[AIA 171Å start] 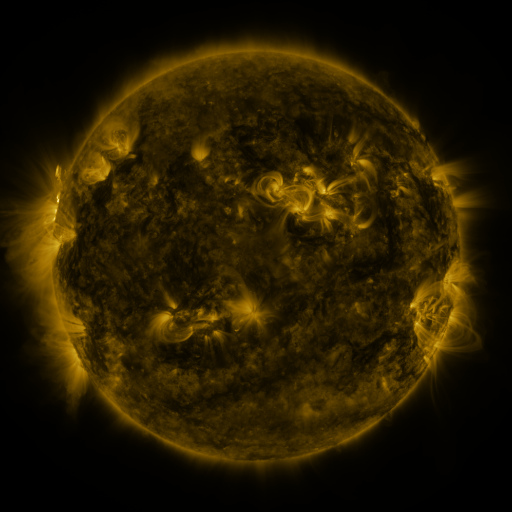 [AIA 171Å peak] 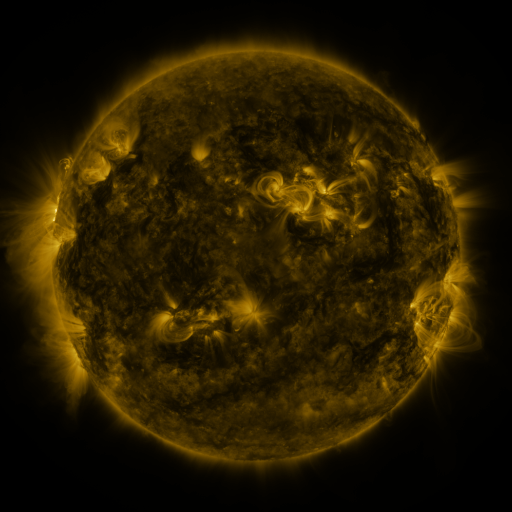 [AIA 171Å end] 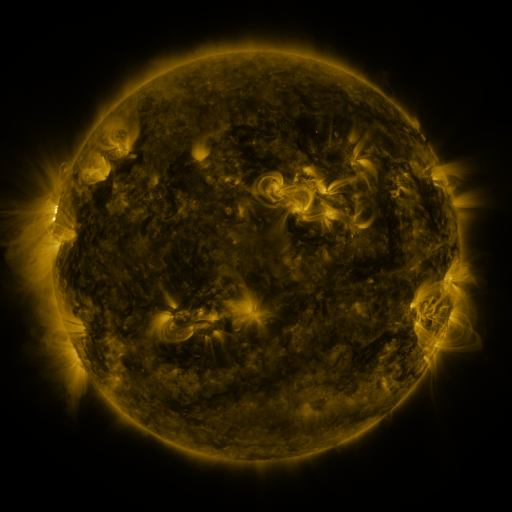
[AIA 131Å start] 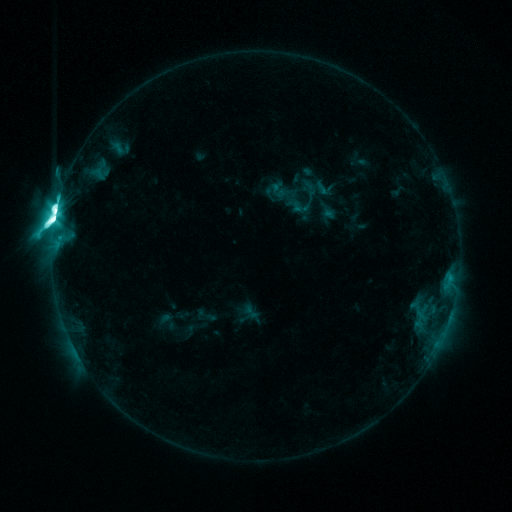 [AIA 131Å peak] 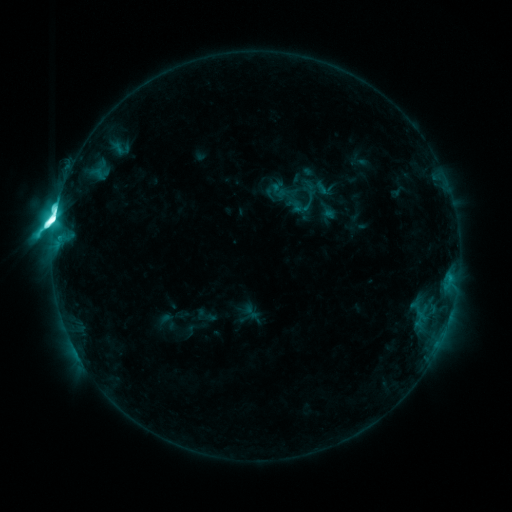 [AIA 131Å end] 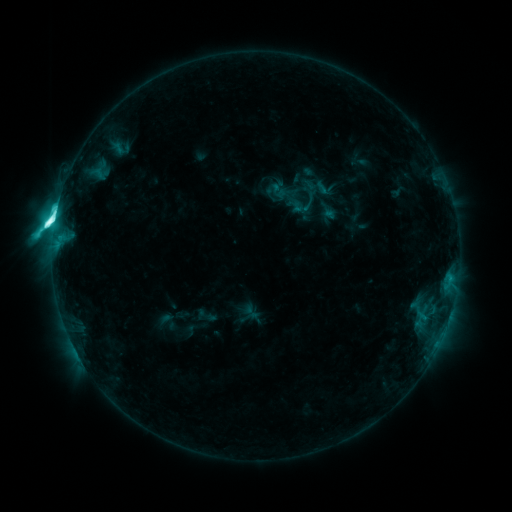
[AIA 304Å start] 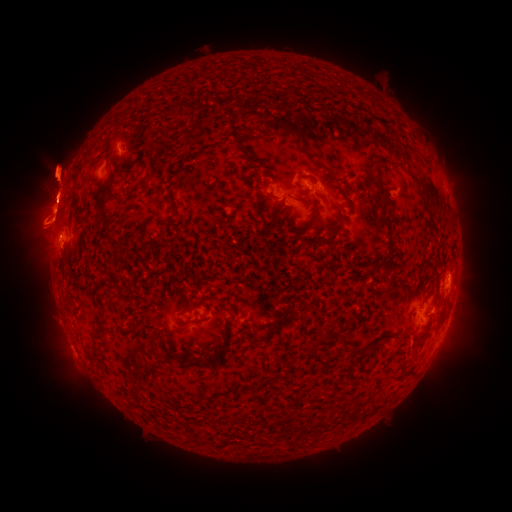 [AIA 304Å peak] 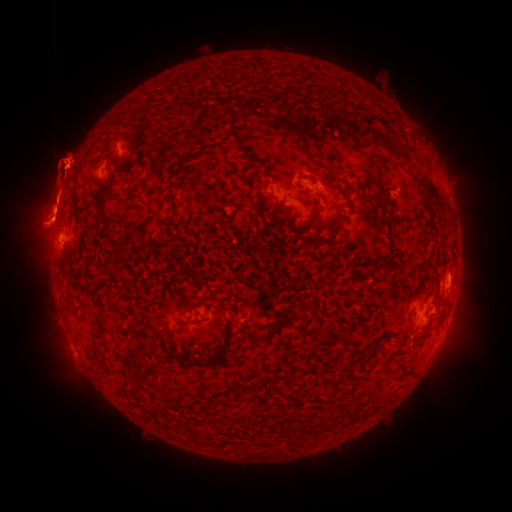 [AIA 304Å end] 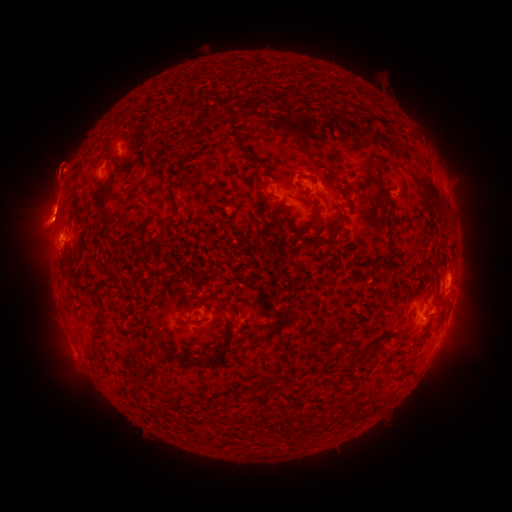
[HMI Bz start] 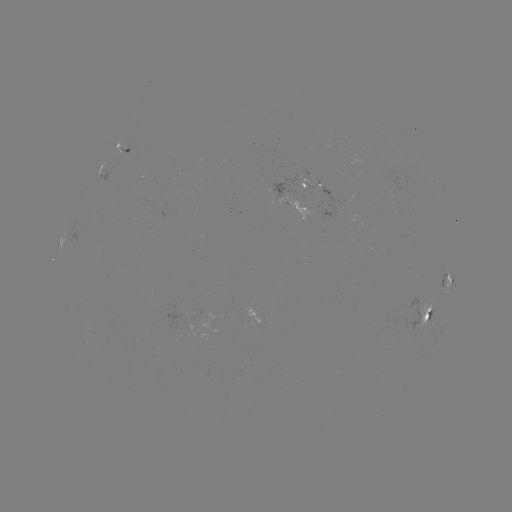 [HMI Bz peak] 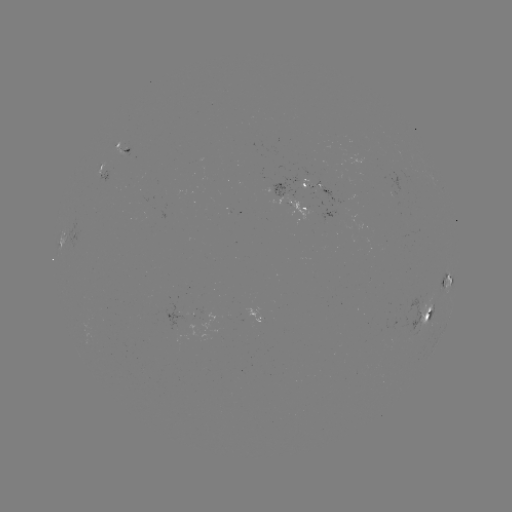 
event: eruption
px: (58, 167)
